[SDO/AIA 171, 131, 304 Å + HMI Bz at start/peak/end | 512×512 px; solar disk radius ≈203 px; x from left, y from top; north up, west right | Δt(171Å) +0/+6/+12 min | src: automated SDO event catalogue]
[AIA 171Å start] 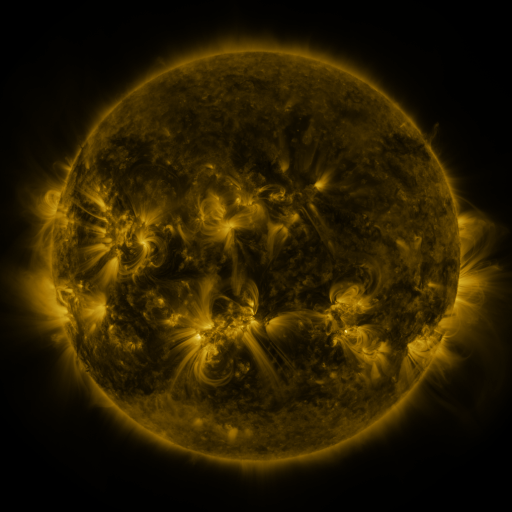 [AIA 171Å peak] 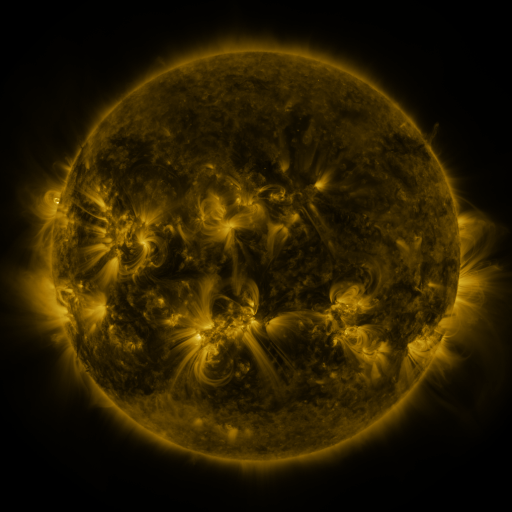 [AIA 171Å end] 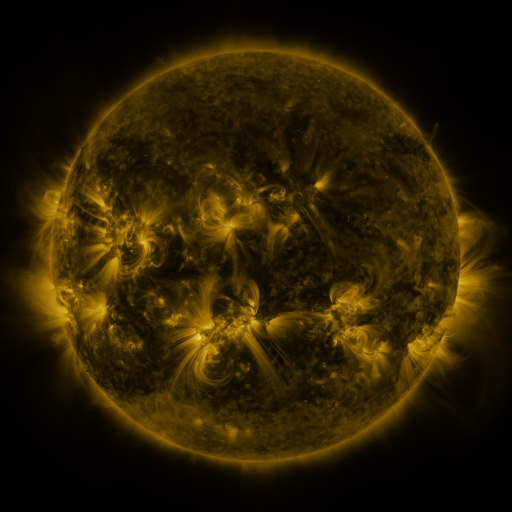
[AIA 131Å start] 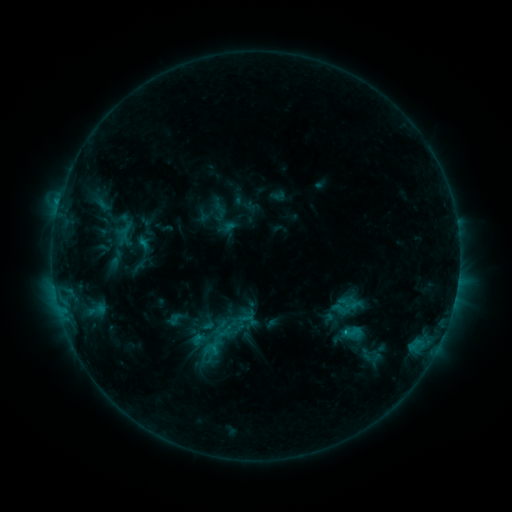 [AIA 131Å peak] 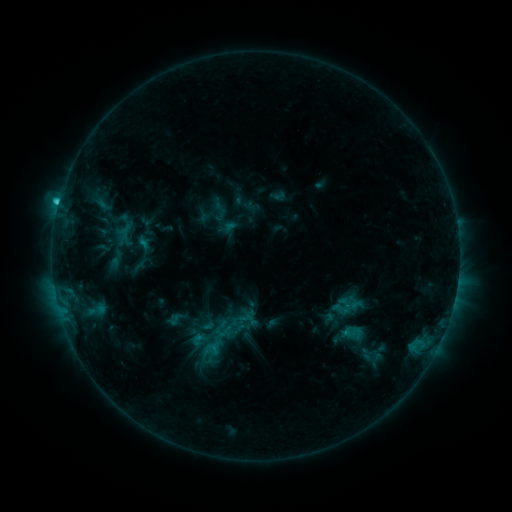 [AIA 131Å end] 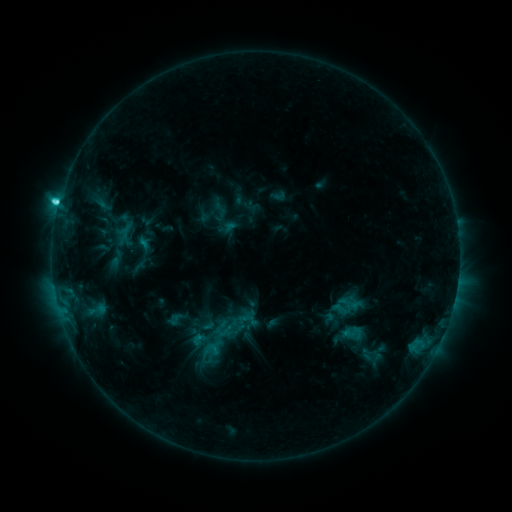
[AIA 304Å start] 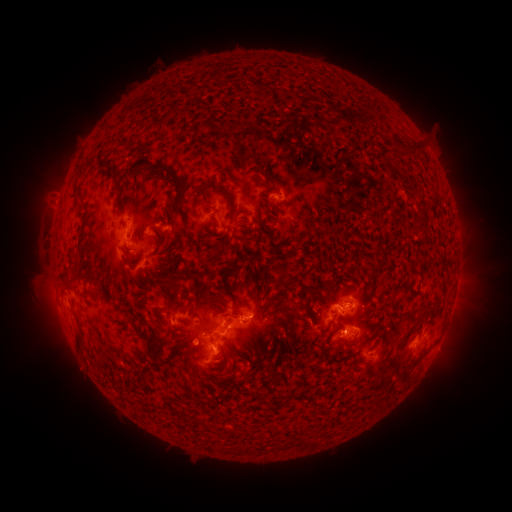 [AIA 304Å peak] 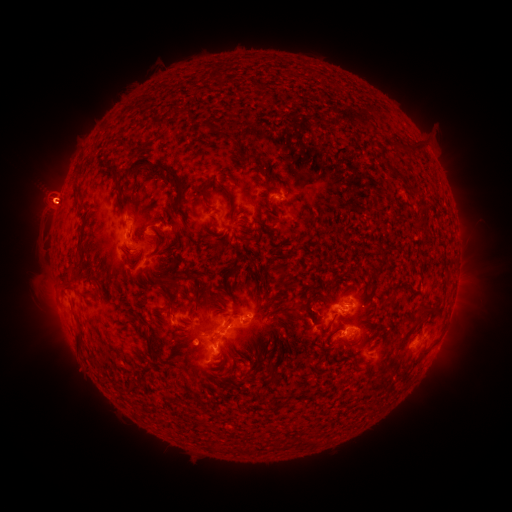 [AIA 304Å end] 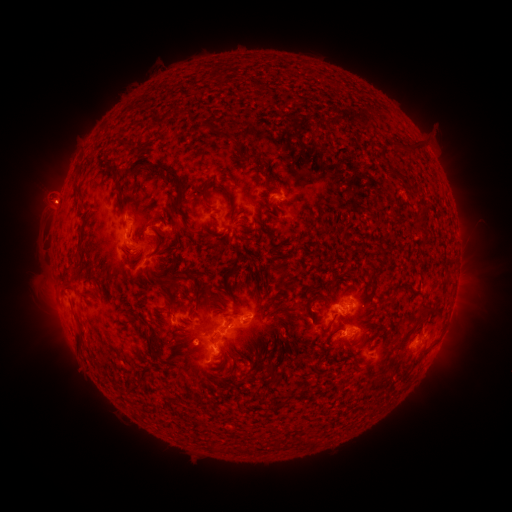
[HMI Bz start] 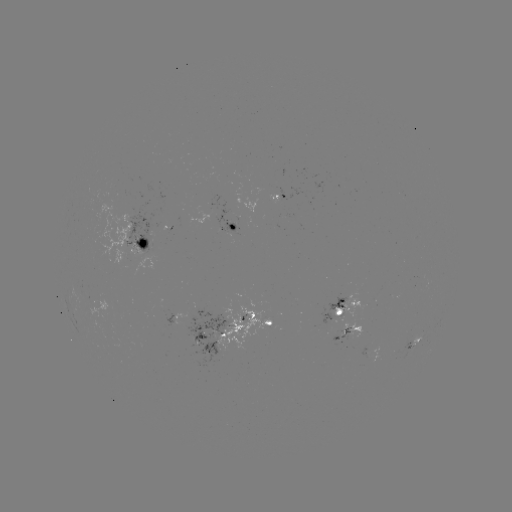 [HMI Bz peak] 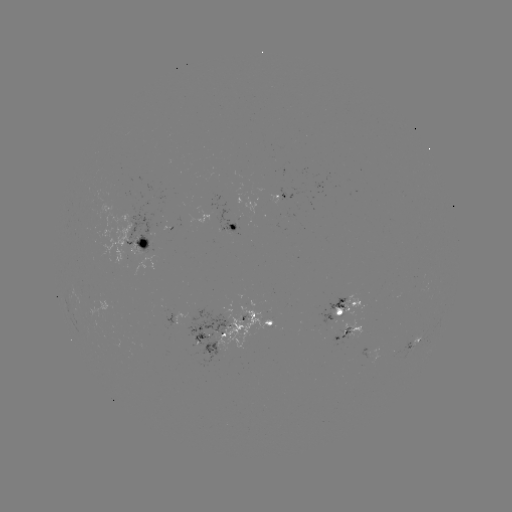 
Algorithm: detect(eruption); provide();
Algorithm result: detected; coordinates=(53, 199)